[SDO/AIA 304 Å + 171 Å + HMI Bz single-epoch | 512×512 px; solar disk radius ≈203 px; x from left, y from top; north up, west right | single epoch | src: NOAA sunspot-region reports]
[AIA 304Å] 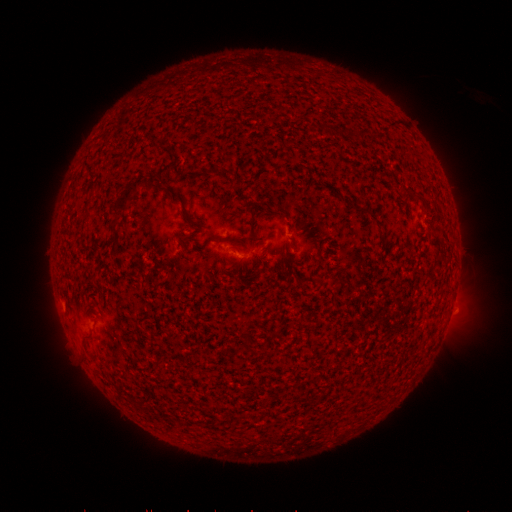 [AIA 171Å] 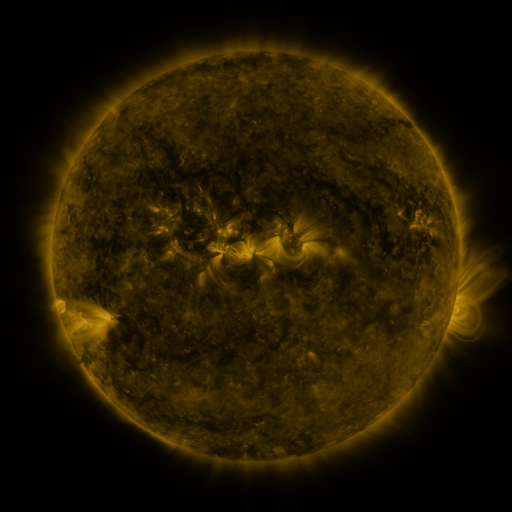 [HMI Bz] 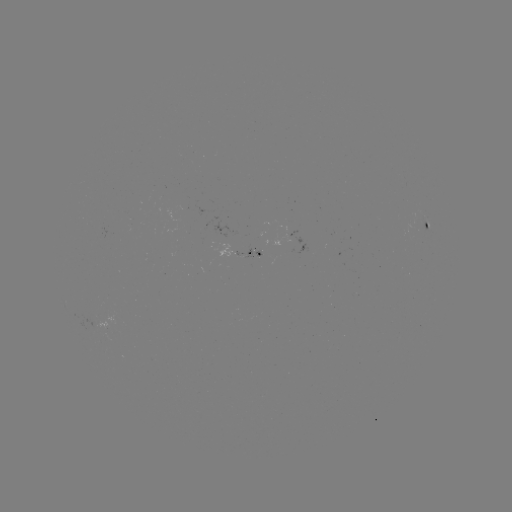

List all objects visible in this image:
spotted active region: (430, 226)
spotted active region: (248, 254)
